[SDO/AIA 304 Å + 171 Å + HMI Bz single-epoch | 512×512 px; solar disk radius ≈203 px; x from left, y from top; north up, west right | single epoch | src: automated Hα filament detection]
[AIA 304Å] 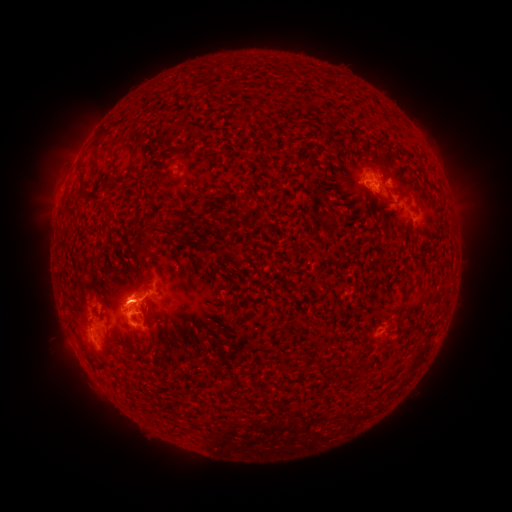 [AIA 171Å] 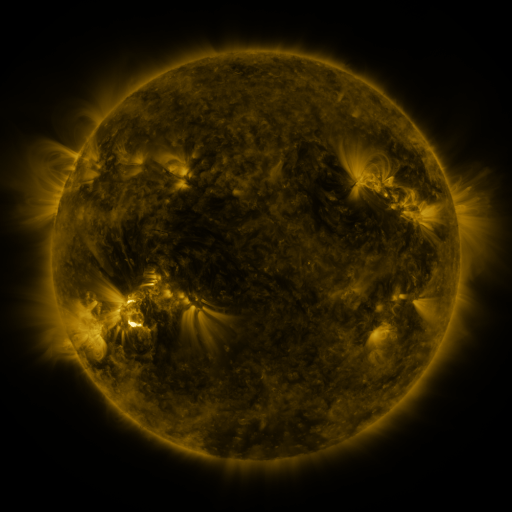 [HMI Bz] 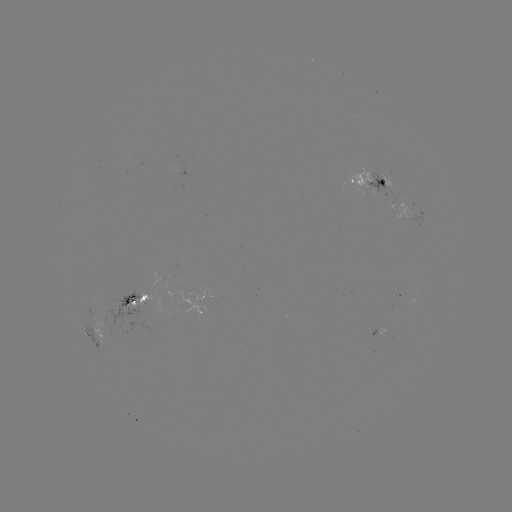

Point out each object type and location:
filament: <bbox>390, 176, 406, 189</bbox>
filament: <bbox>145, 224, 178, 239</bbox>
filament: <bbox>141, 326, 159, 355</bbox>
filament: <bbox>191, 372, 202, 383</bbox>
